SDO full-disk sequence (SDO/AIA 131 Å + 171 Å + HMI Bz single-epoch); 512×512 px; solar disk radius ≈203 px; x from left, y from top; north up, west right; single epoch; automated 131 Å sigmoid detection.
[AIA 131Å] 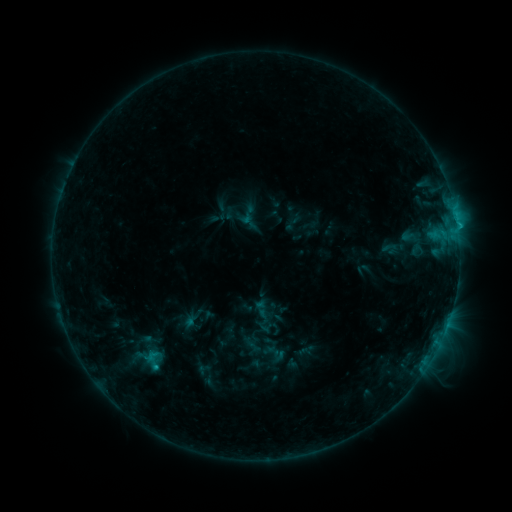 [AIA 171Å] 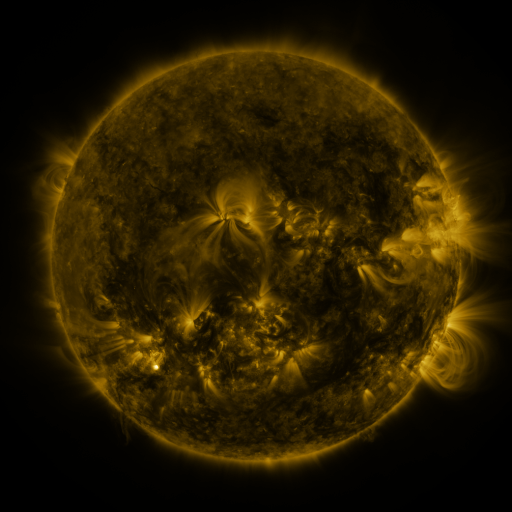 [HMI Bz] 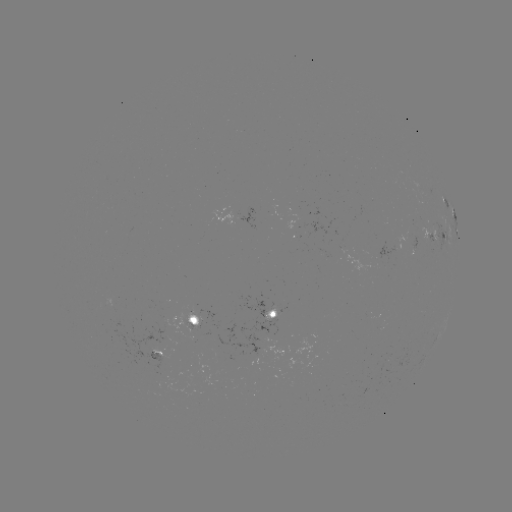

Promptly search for sigmoid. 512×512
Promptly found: (148, 356).